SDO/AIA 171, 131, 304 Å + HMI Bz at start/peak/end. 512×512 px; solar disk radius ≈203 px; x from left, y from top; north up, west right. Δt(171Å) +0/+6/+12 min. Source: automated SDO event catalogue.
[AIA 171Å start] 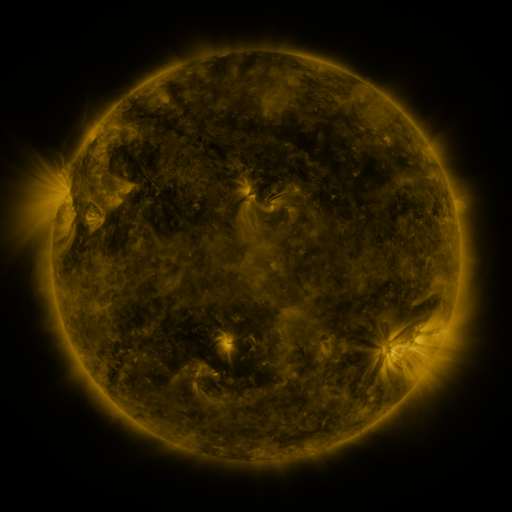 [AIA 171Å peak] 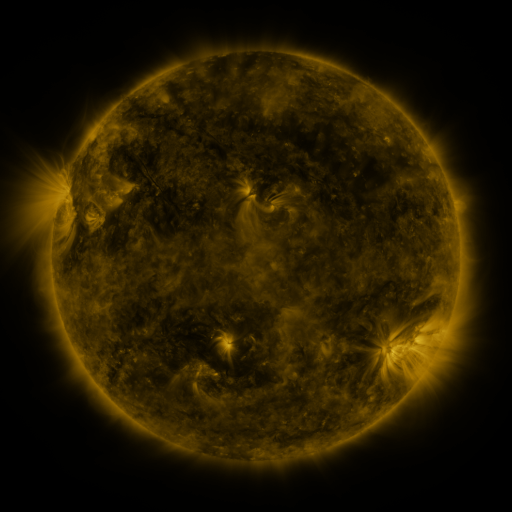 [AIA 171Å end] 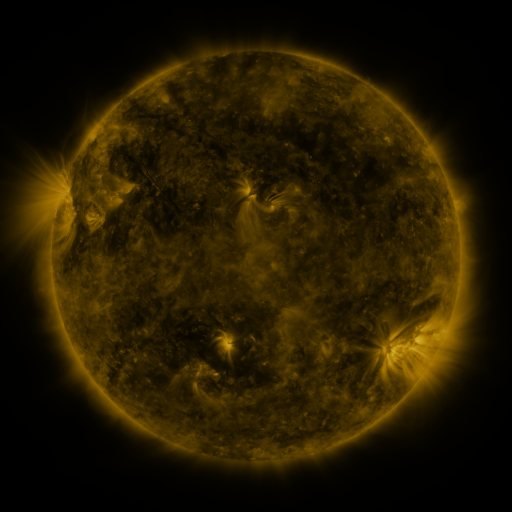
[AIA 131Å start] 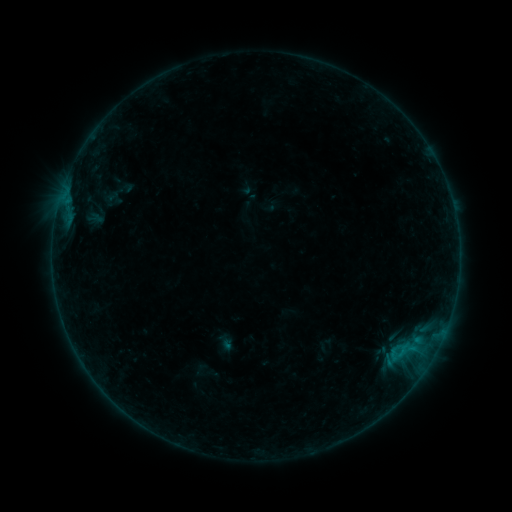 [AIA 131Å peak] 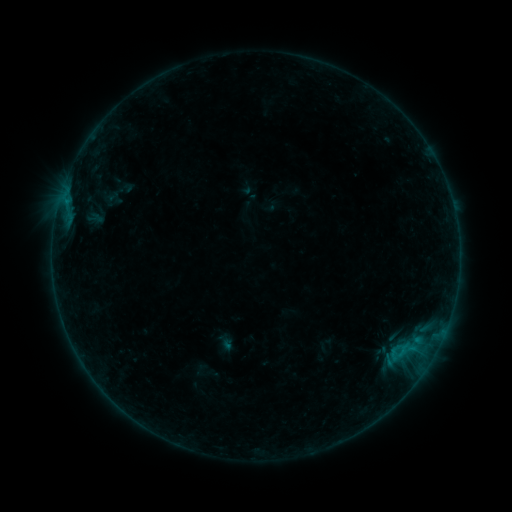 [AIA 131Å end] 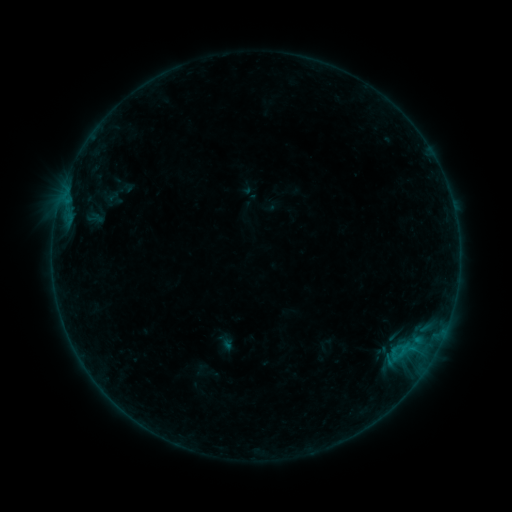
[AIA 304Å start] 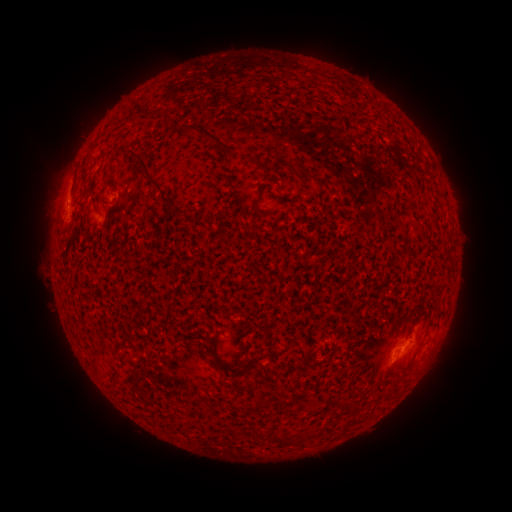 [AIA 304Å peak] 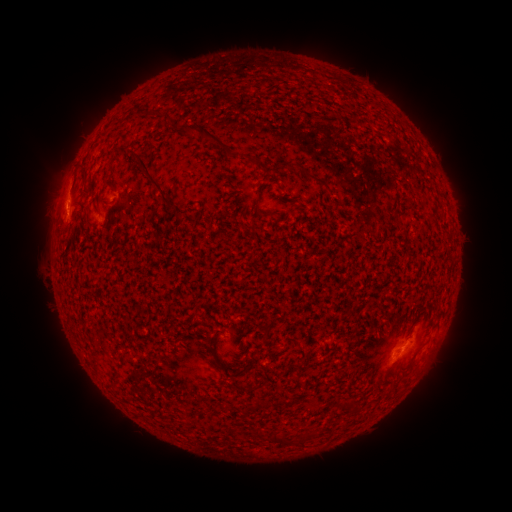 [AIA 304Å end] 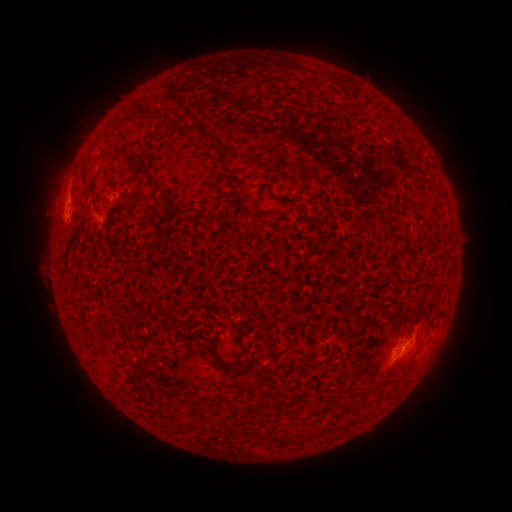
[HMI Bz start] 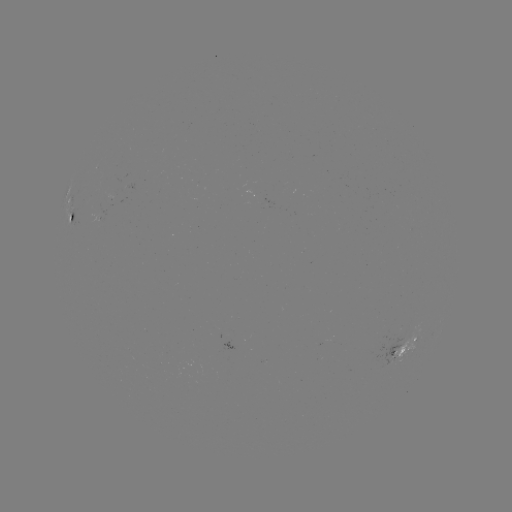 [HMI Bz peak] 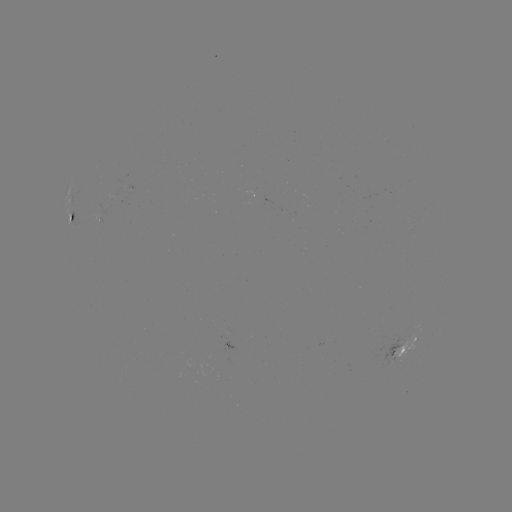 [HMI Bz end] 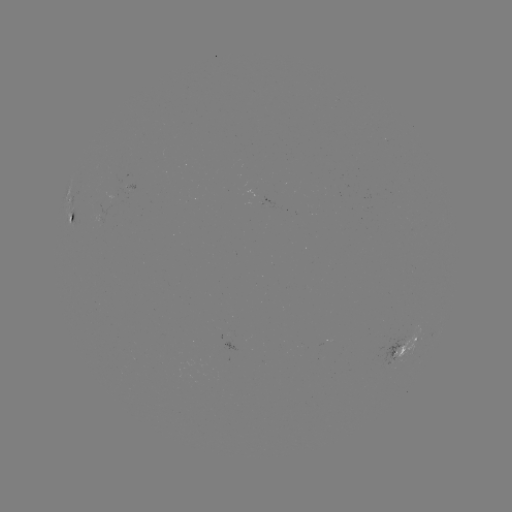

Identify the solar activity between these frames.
eruption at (58, 209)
